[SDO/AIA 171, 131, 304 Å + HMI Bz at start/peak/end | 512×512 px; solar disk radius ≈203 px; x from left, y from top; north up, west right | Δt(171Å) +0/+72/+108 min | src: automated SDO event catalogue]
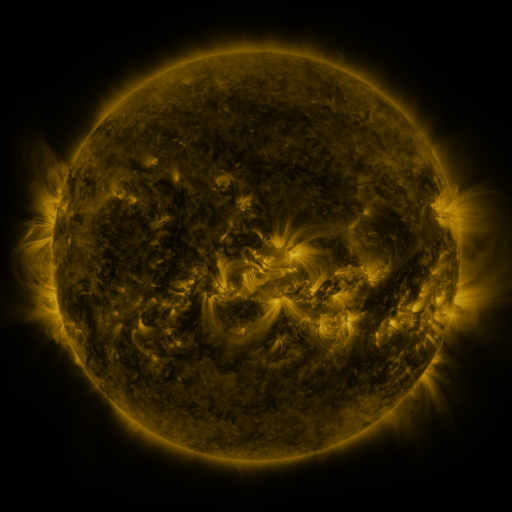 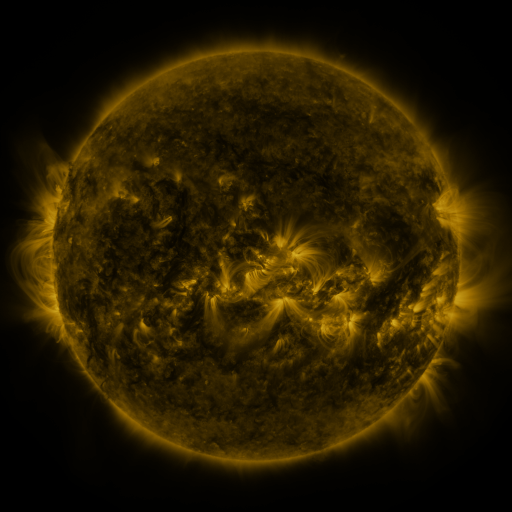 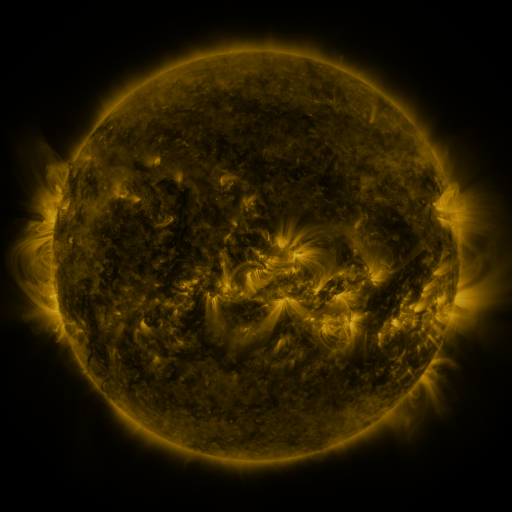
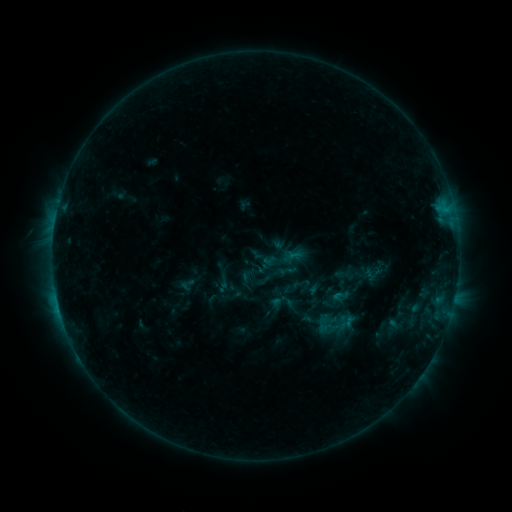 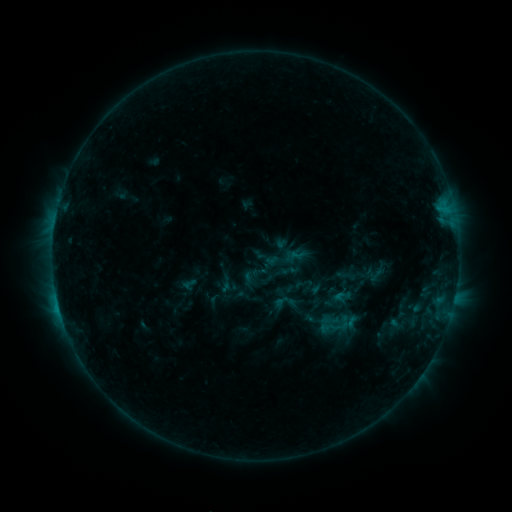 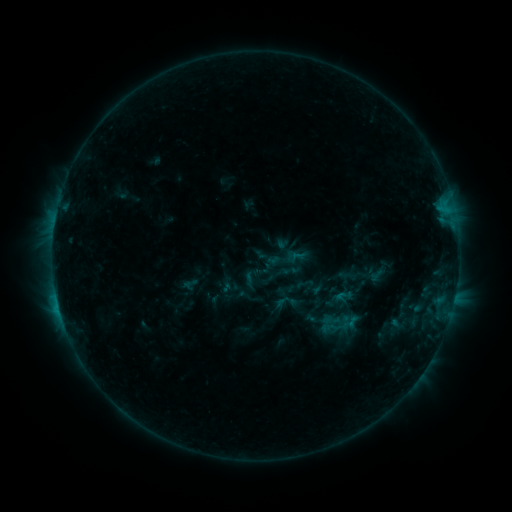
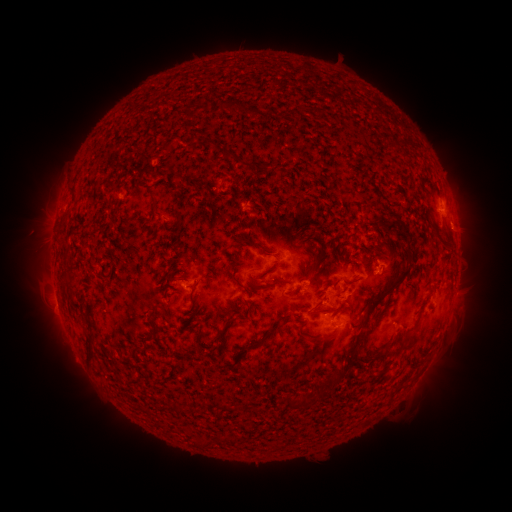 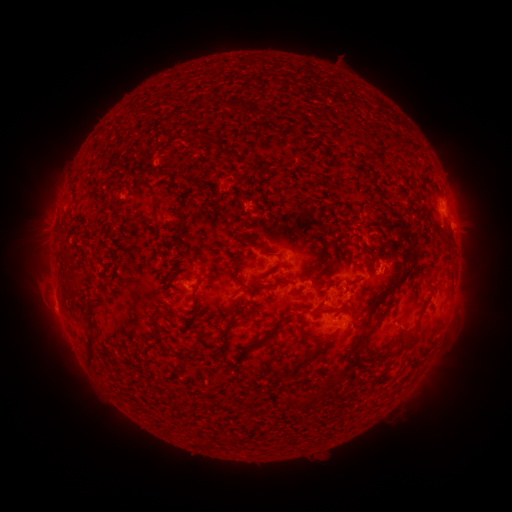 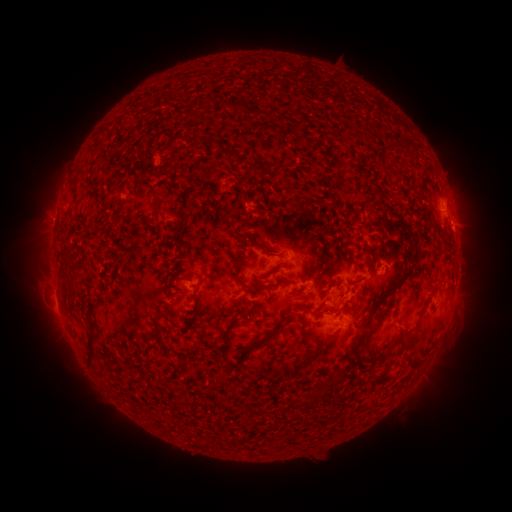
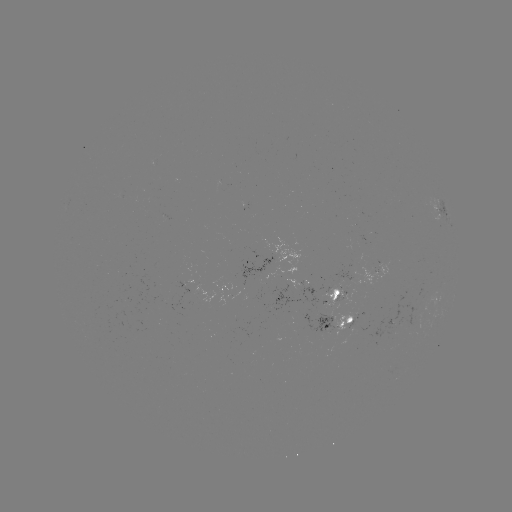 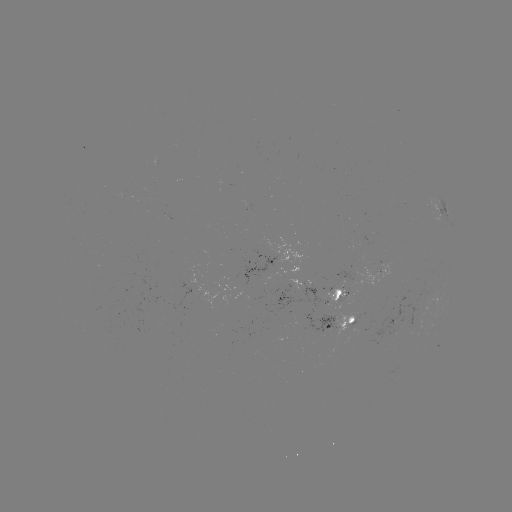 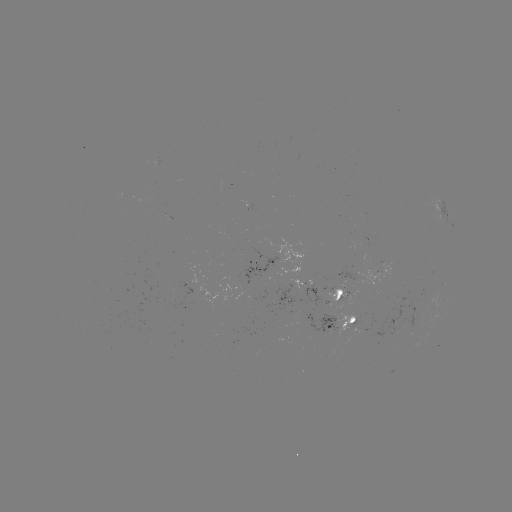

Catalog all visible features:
emerging-flux region: (379, 347)
